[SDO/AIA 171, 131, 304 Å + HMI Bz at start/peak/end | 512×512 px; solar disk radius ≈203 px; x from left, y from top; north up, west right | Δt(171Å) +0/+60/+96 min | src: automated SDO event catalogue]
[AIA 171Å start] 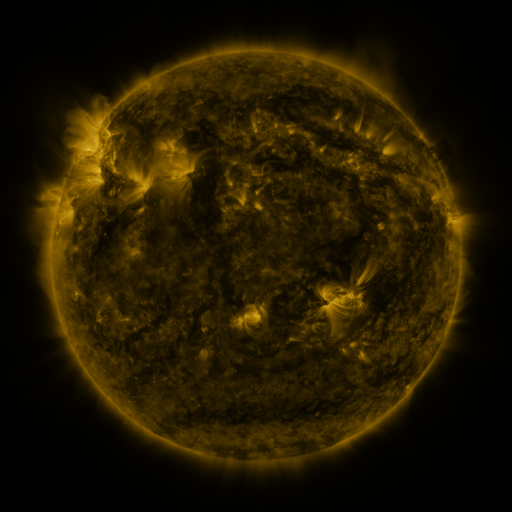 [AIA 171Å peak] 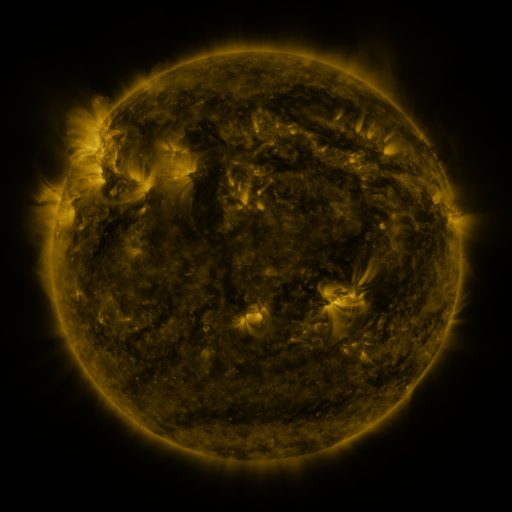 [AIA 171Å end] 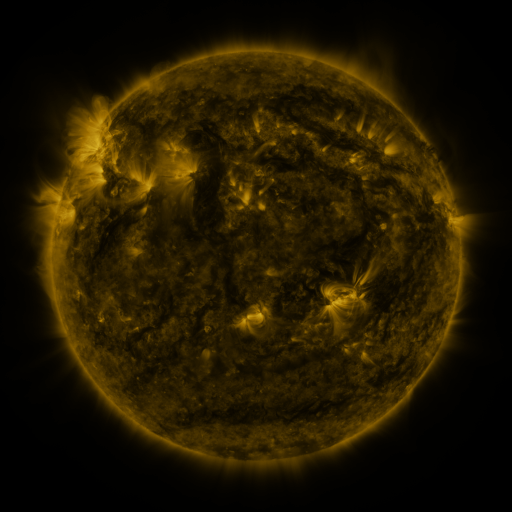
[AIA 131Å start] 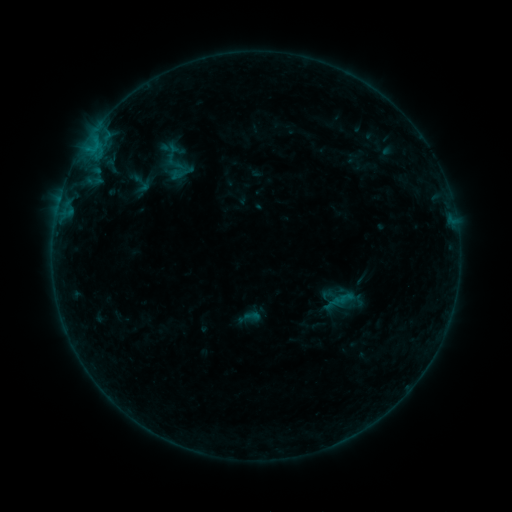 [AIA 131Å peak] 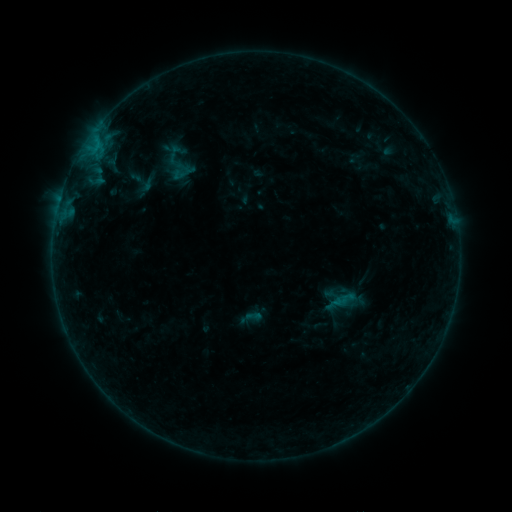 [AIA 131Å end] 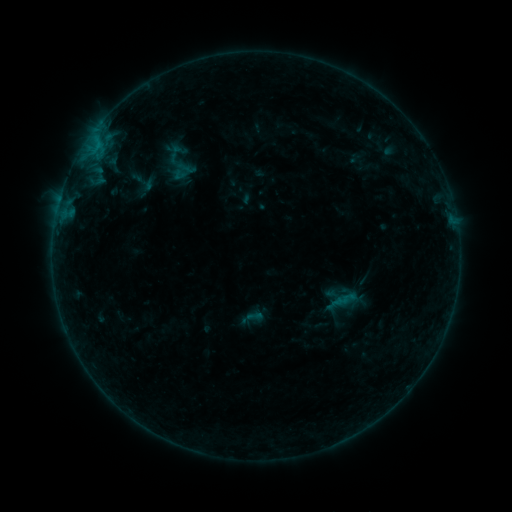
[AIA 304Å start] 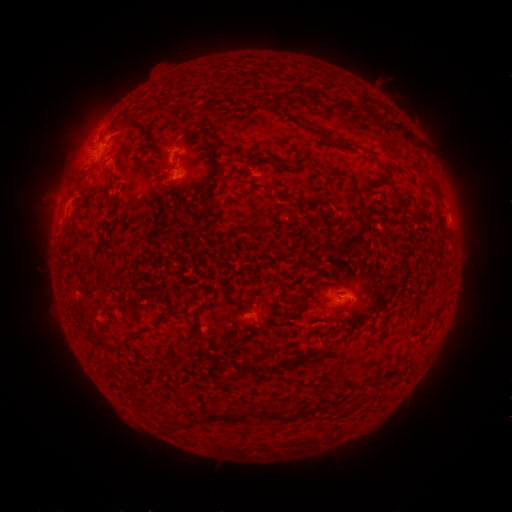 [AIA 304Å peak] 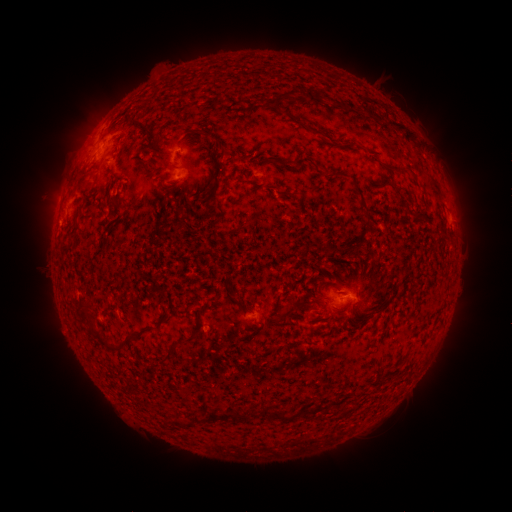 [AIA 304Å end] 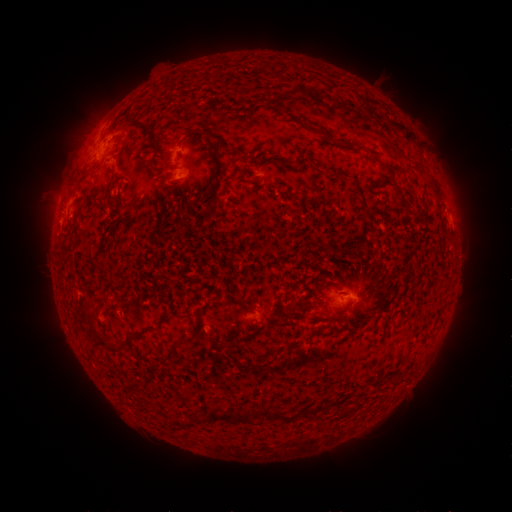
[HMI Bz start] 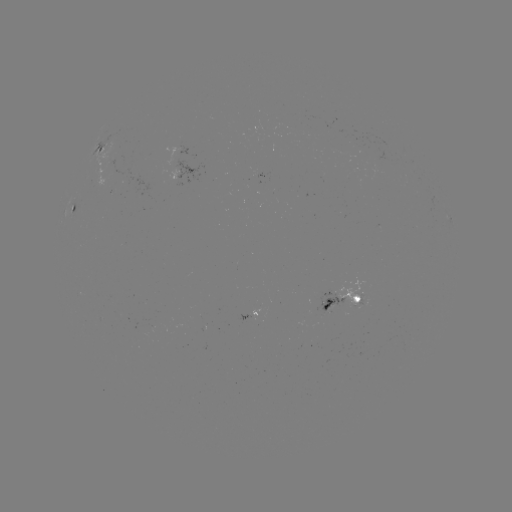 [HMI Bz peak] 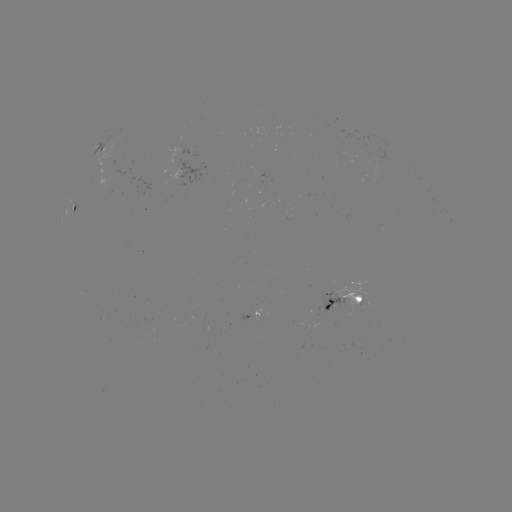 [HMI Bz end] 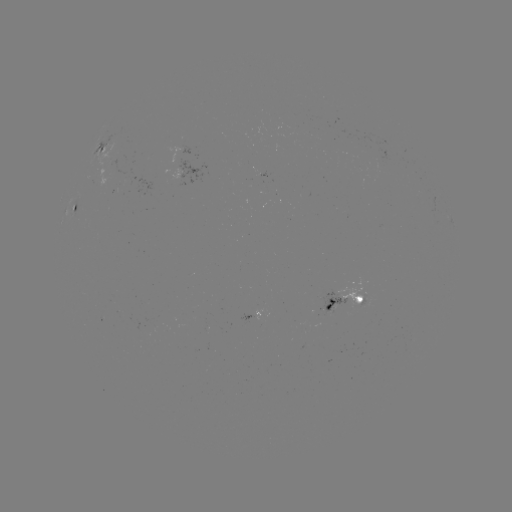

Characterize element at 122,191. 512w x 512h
emerging-flux region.